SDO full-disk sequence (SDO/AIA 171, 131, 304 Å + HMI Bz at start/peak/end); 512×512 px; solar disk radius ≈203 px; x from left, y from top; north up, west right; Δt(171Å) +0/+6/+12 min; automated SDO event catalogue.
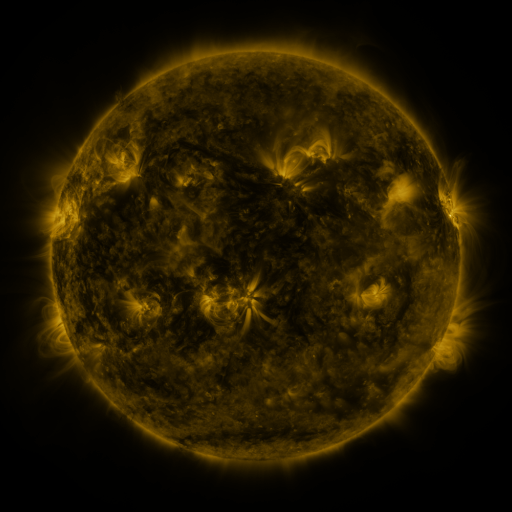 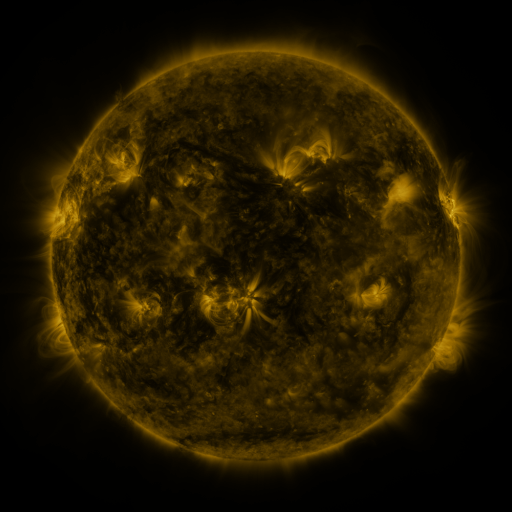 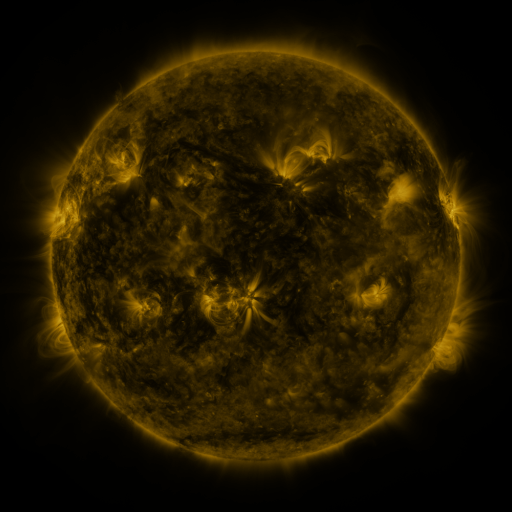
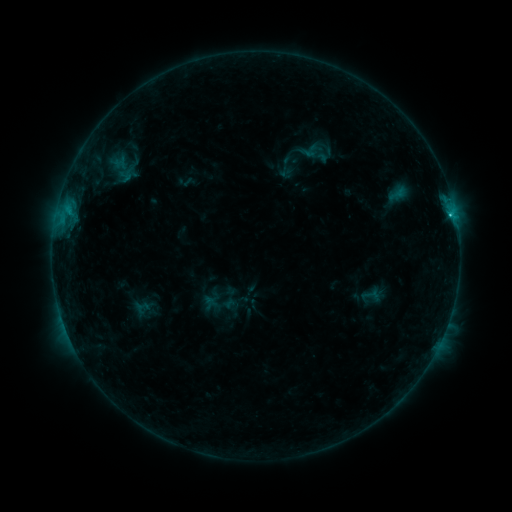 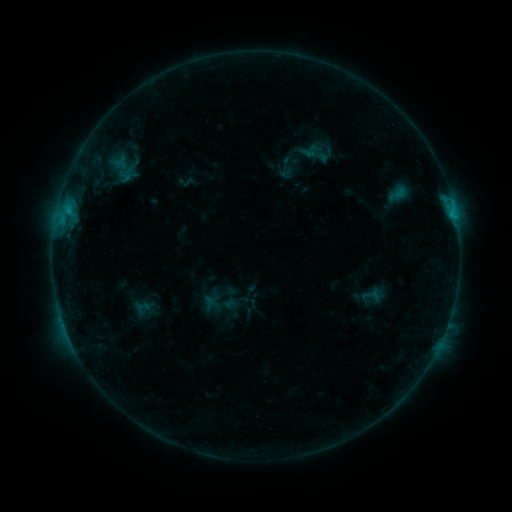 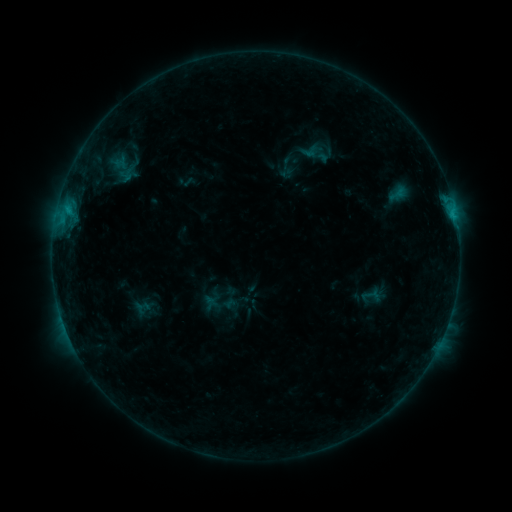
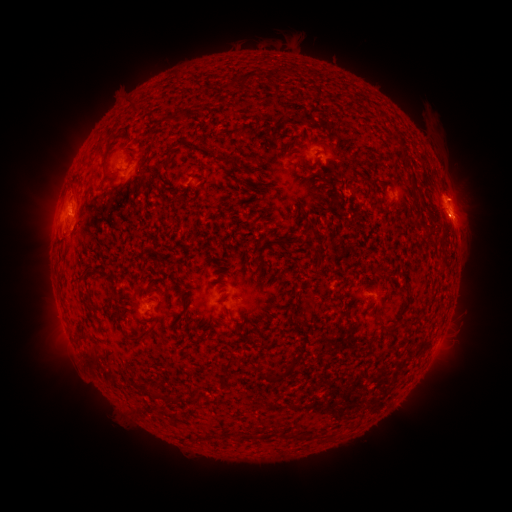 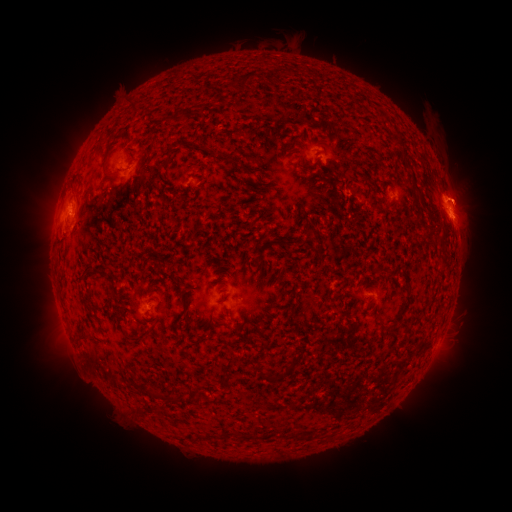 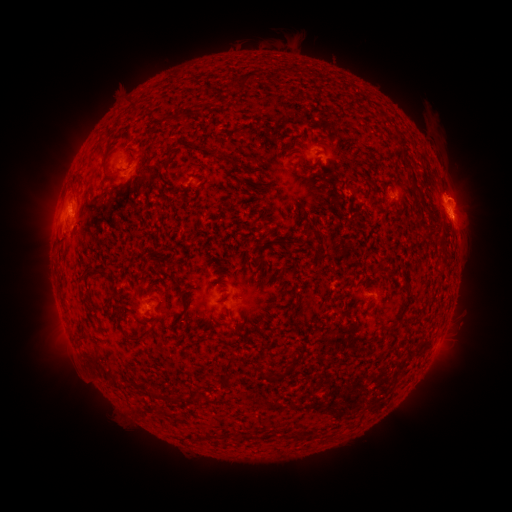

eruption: <bbox>440, 168, 490, 243</bbox>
